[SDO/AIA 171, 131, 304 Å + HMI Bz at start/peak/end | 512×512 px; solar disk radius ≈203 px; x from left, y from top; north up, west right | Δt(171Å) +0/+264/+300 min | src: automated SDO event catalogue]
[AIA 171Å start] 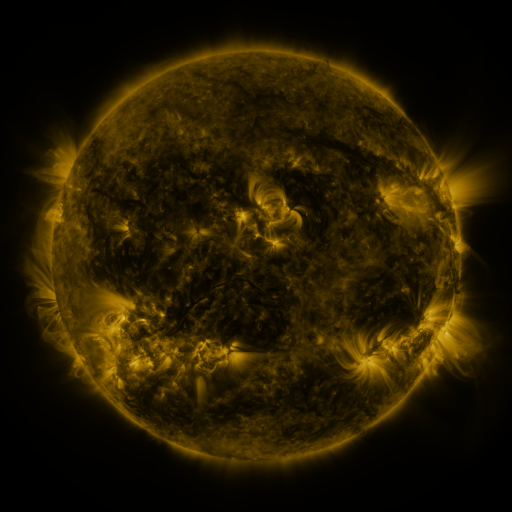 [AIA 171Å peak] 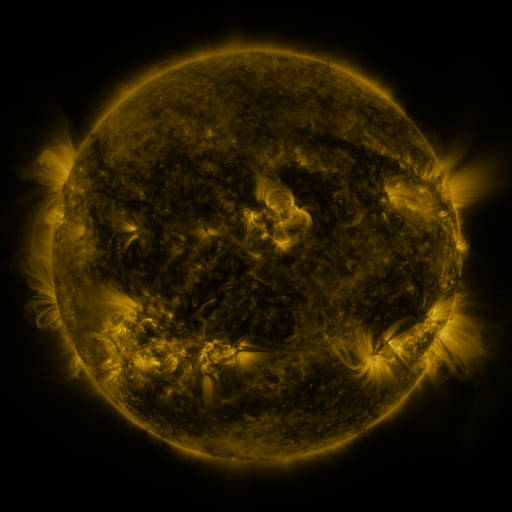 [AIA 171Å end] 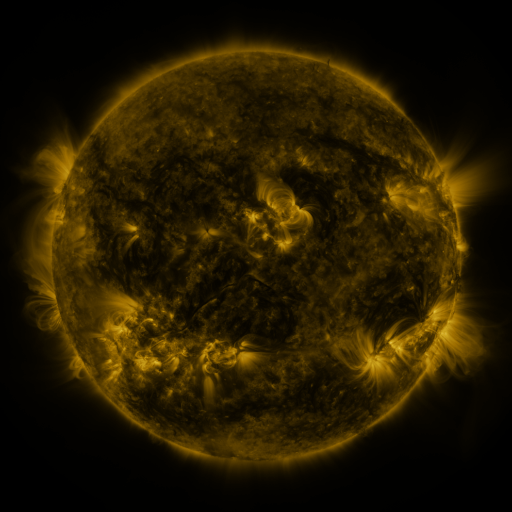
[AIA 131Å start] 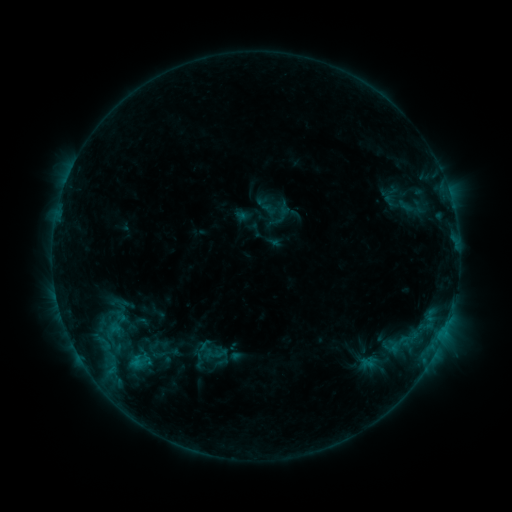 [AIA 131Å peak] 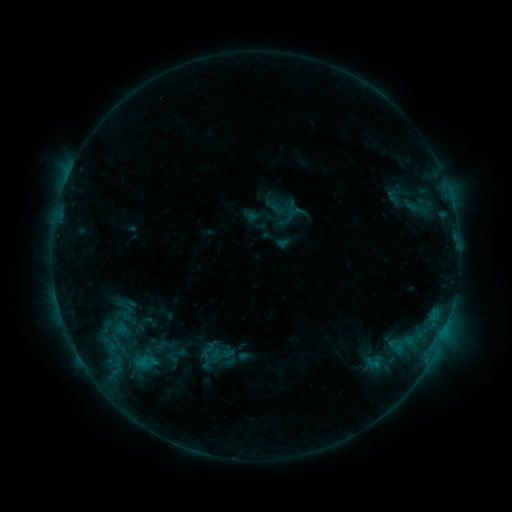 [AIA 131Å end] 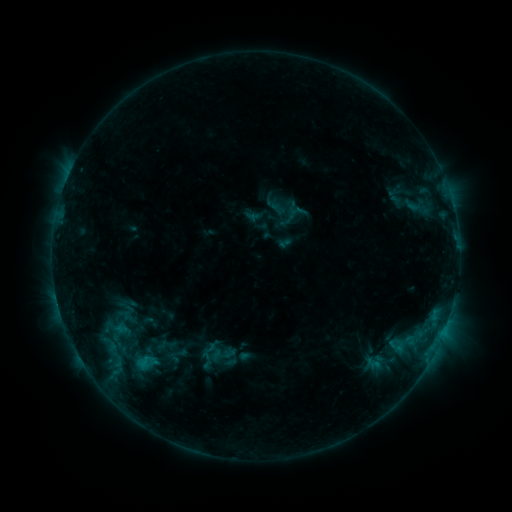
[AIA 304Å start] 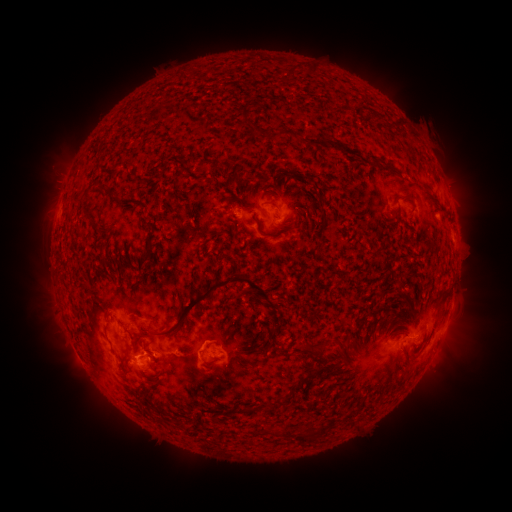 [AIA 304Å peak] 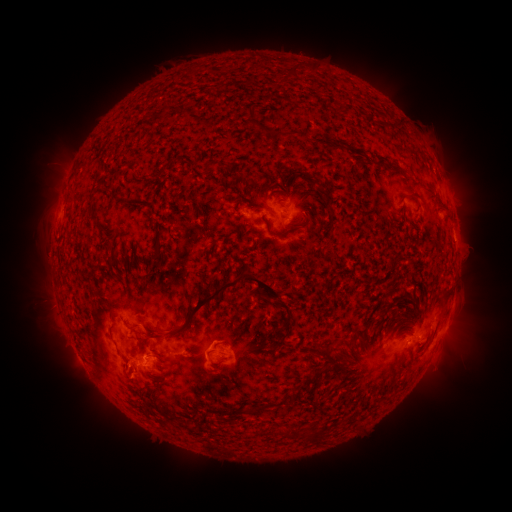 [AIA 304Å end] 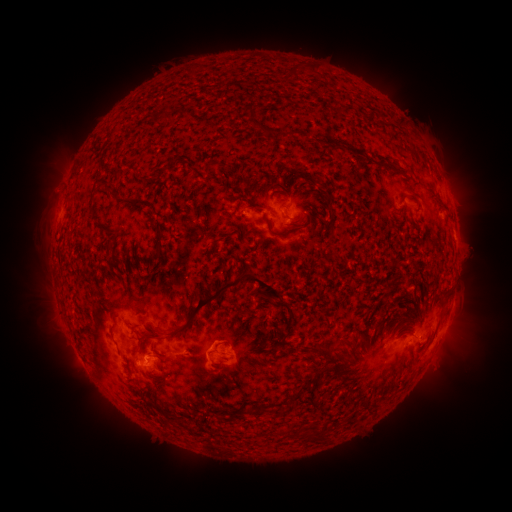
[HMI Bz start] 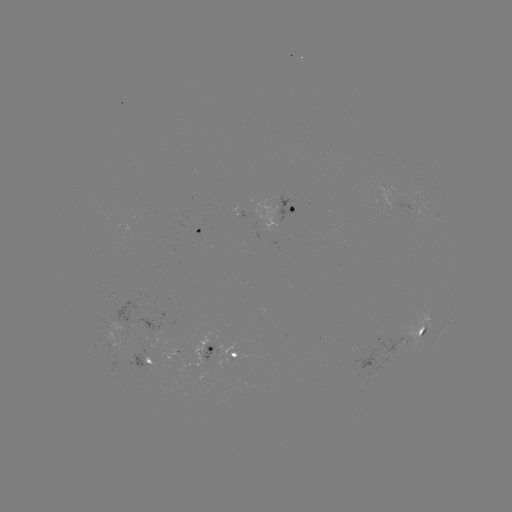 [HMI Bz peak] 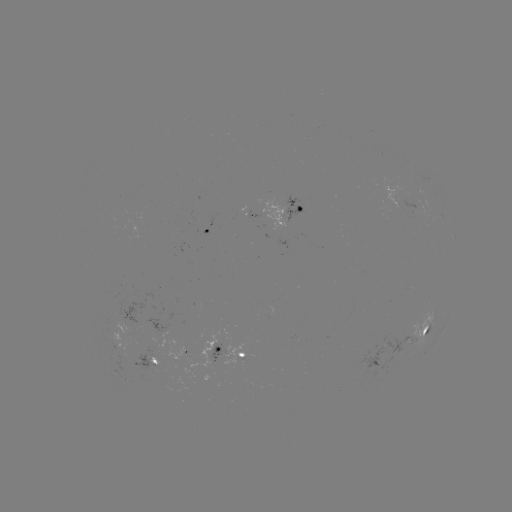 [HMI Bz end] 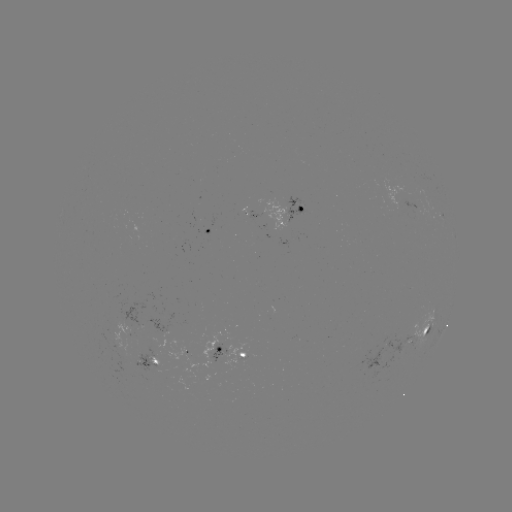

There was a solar emerging-flux region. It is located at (384, 341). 